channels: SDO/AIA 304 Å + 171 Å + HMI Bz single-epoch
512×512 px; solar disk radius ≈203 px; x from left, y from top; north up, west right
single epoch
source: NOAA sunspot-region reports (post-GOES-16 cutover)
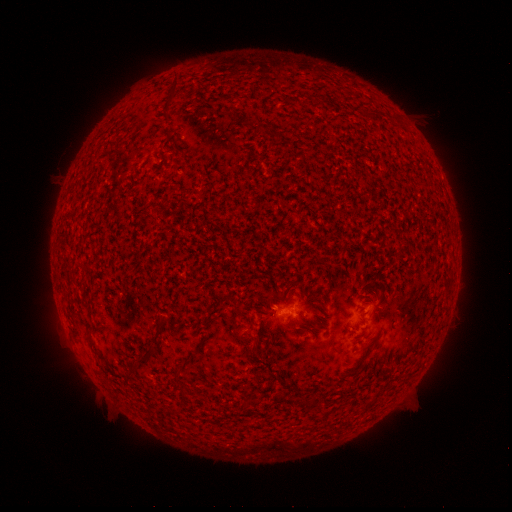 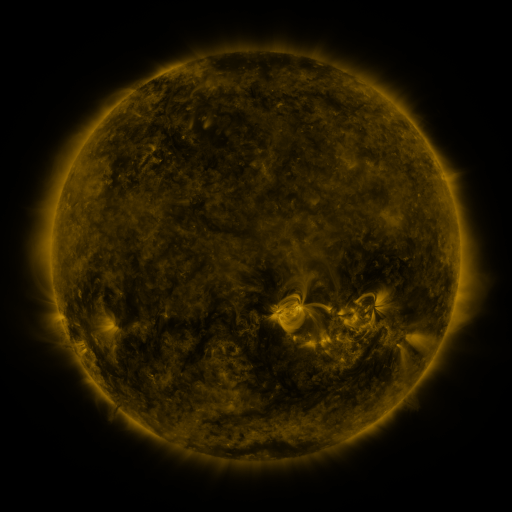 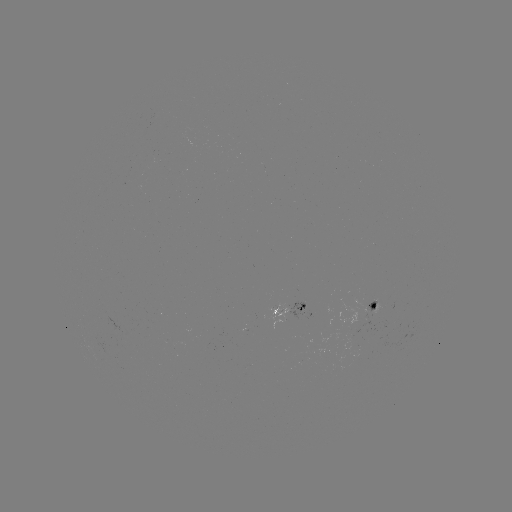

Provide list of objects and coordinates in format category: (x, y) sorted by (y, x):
spotted active region: (378, 308)
spotted active region: (289, 313)
